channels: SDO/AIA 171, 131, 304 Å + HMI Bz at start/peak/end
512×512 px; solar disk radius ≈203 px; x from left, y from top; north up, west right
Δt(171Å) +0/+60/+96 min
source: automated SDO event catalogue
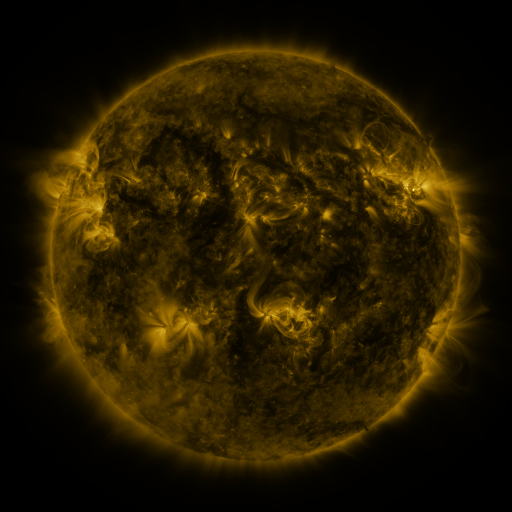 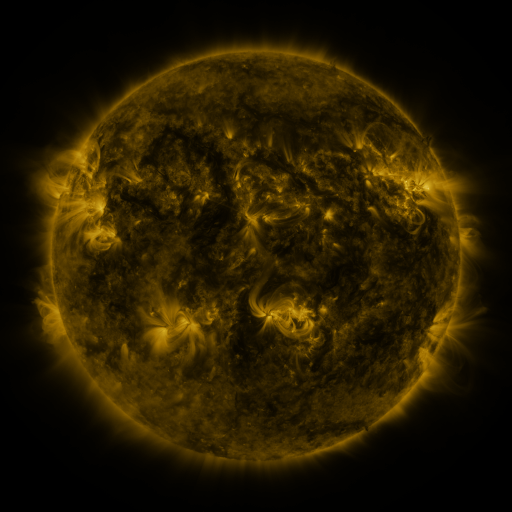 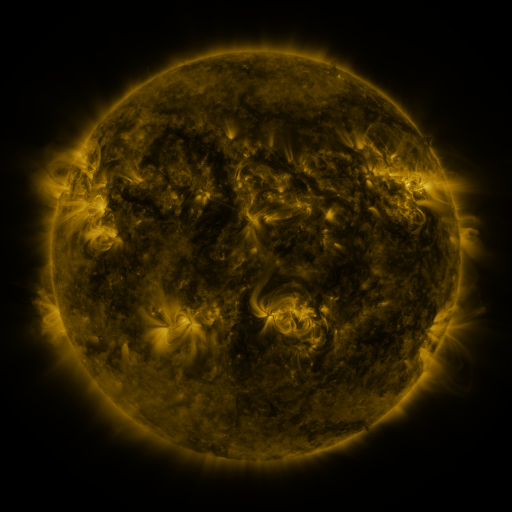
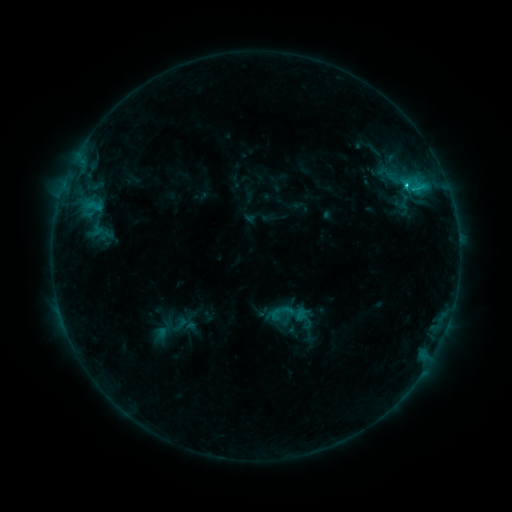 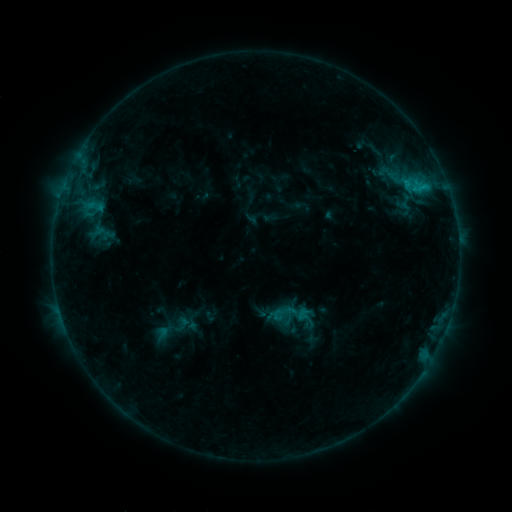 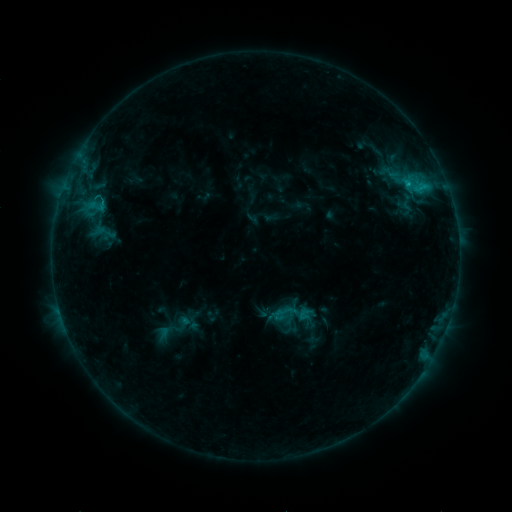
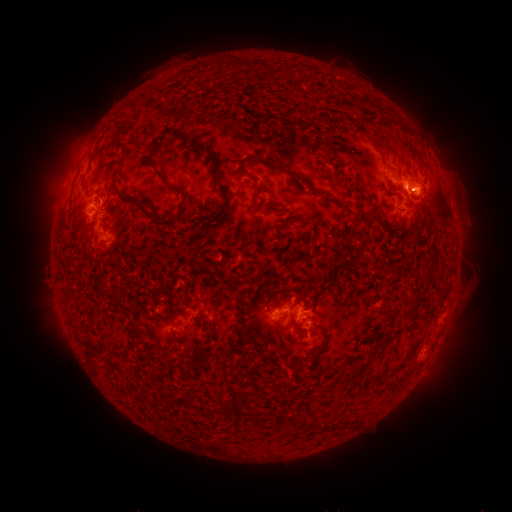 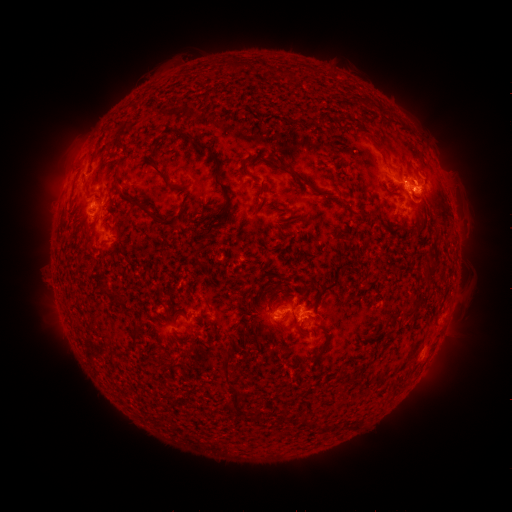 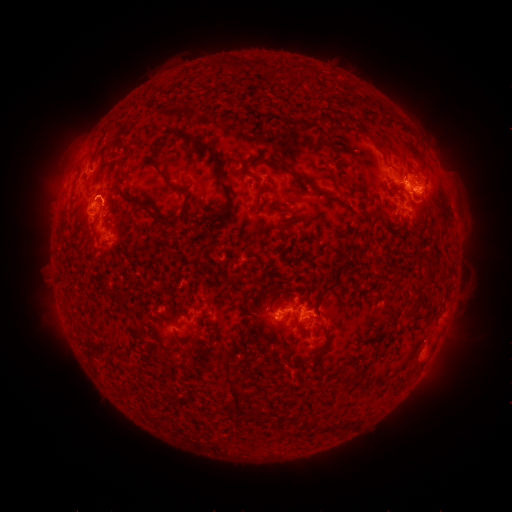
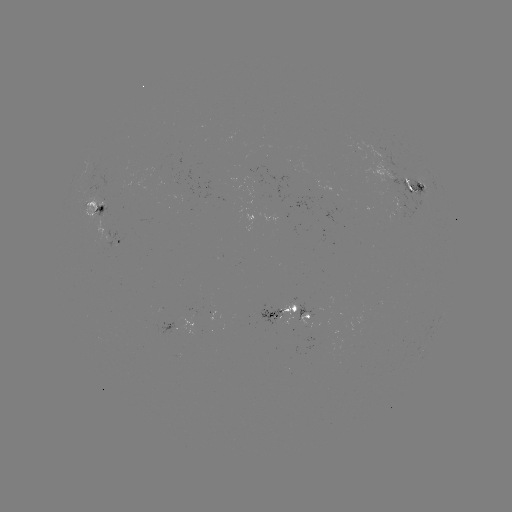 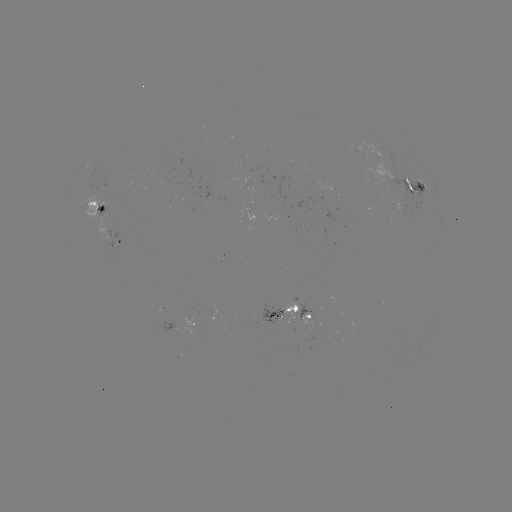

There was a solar emerging-flux region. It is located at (355, 154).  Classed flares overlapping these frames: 2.